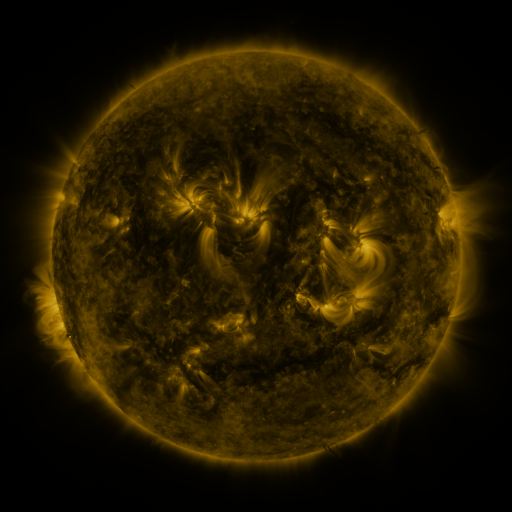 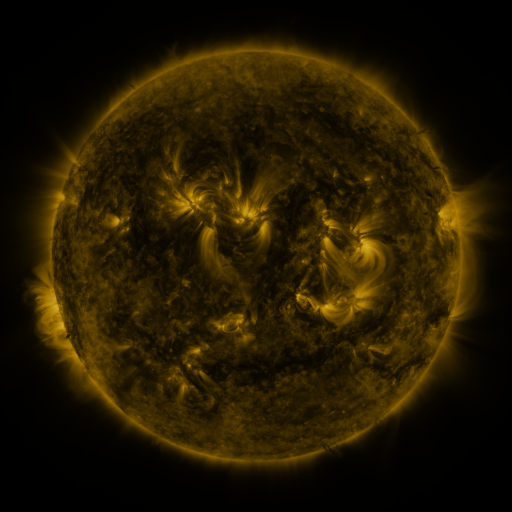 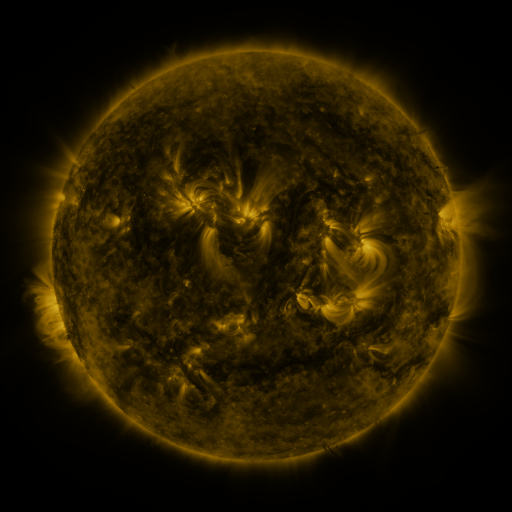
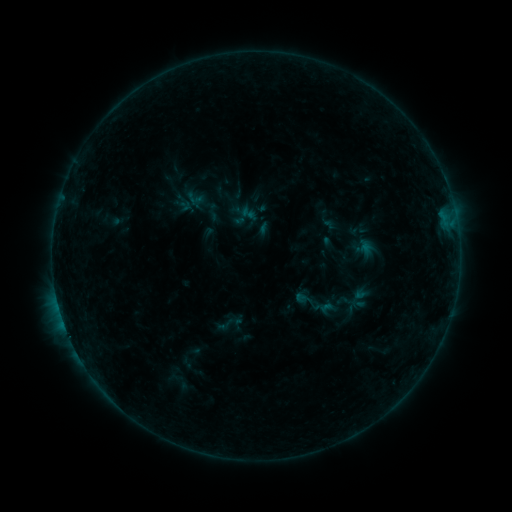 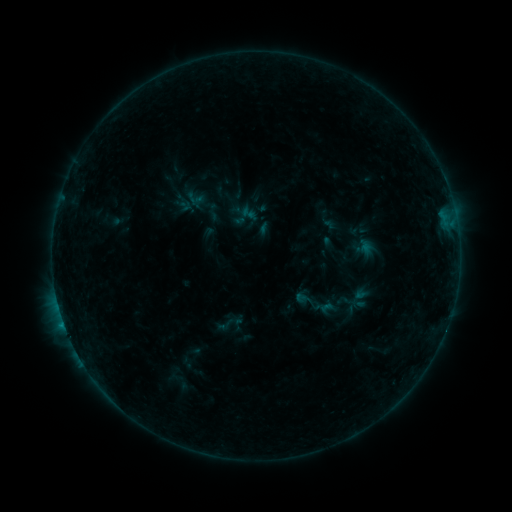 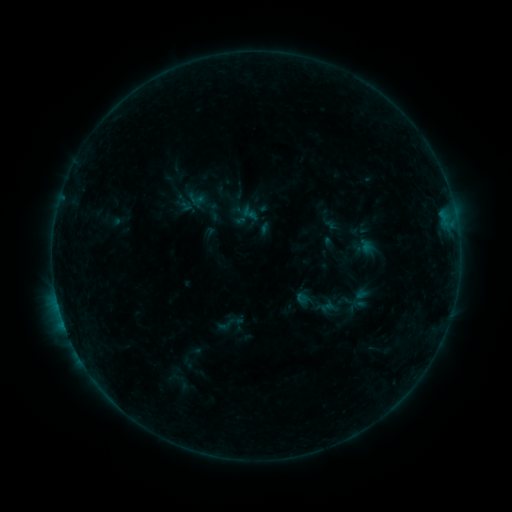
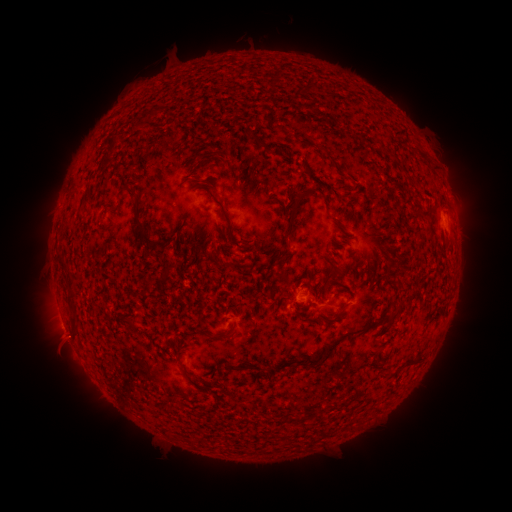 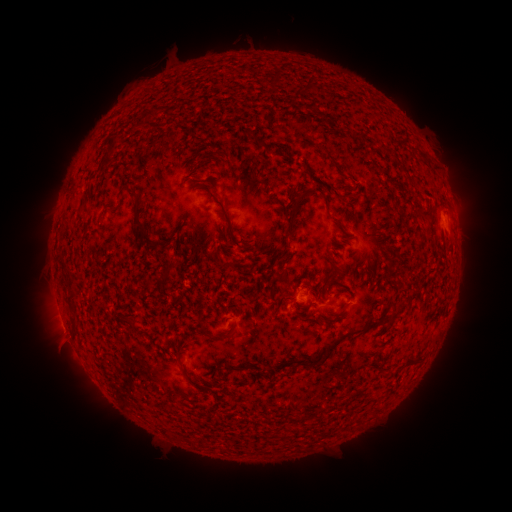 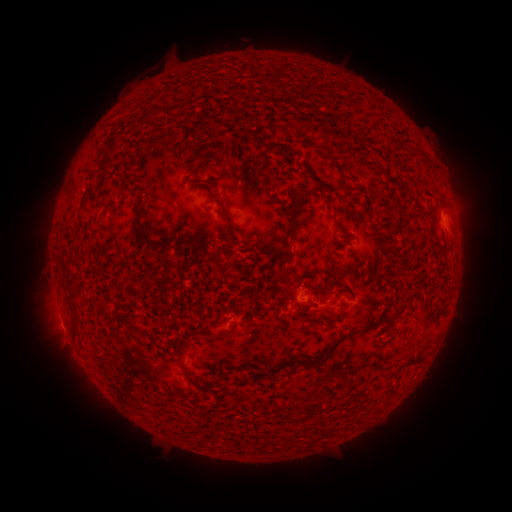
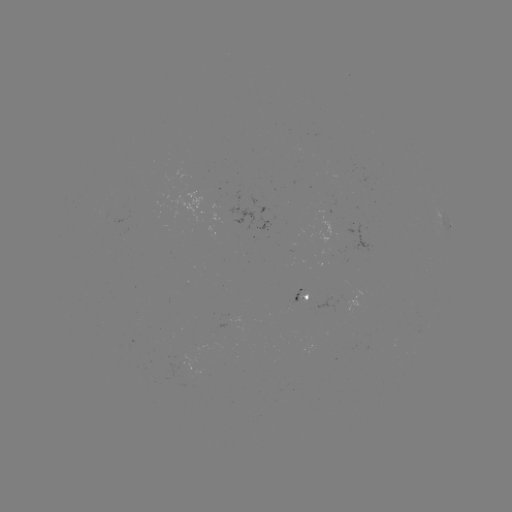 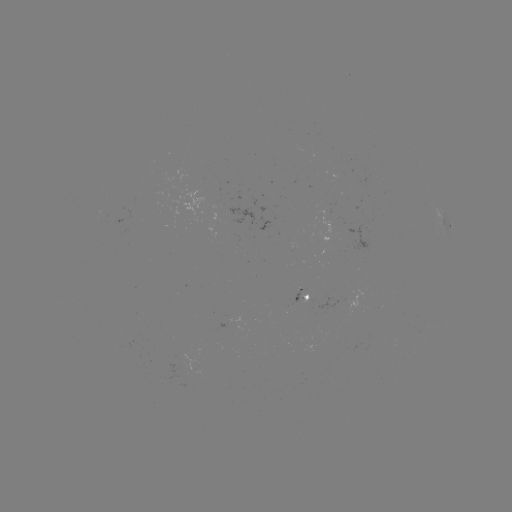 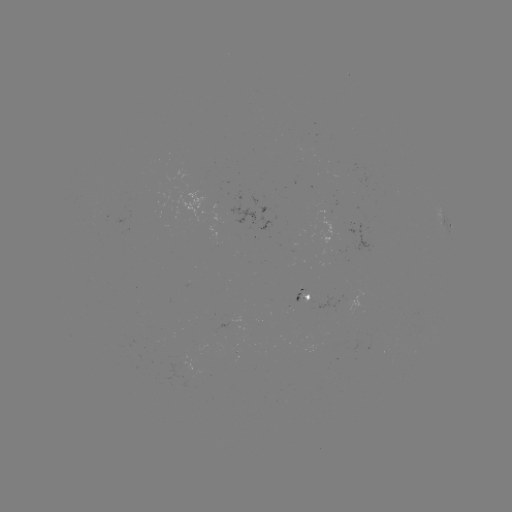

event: flare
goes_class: B2.9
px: (63, 322)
